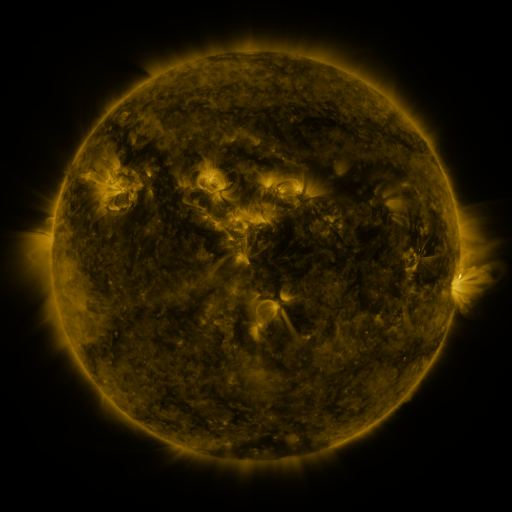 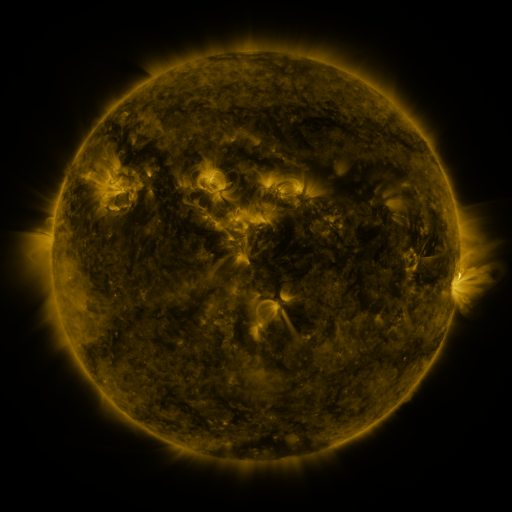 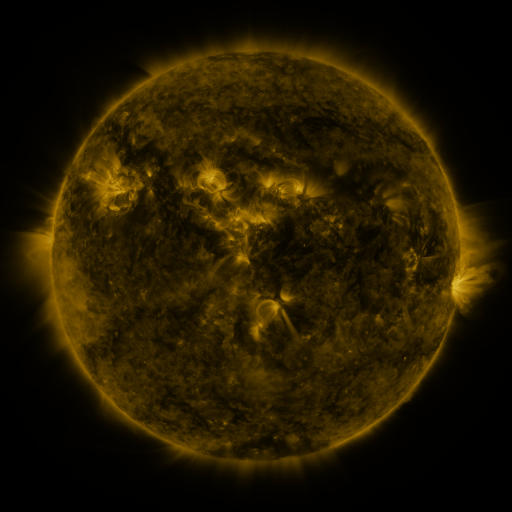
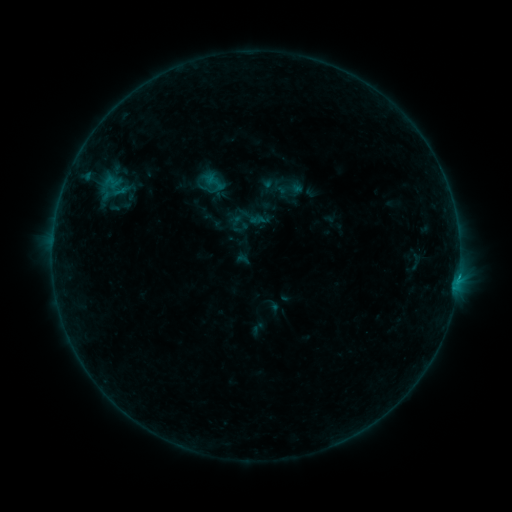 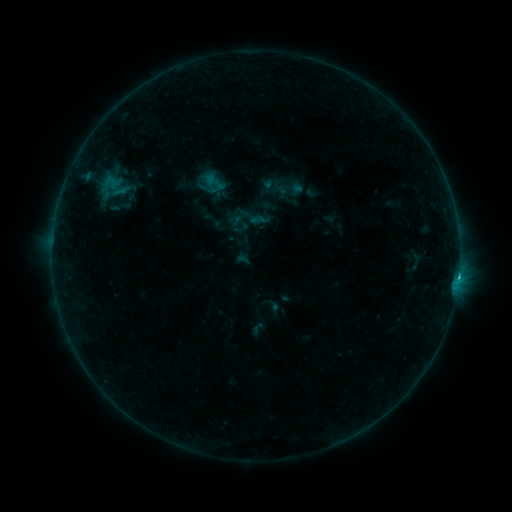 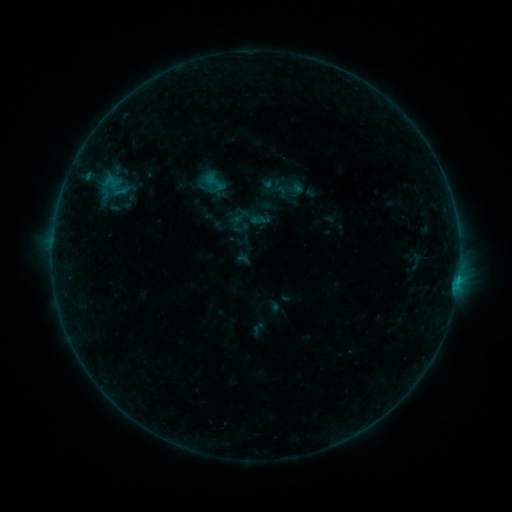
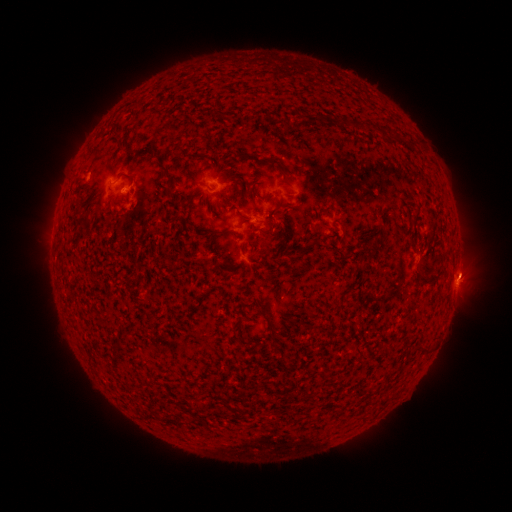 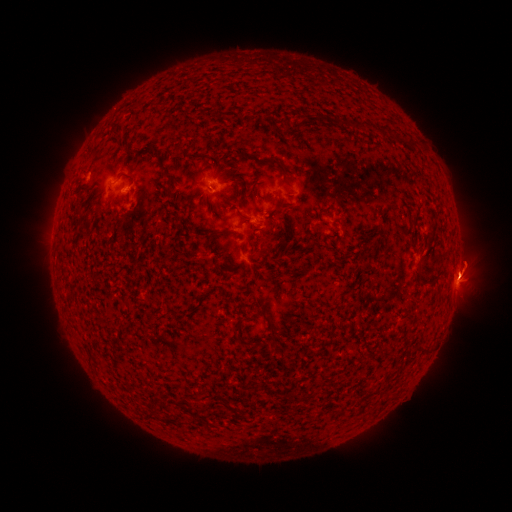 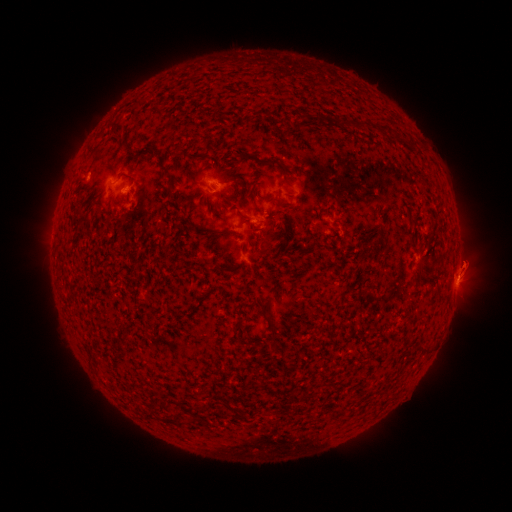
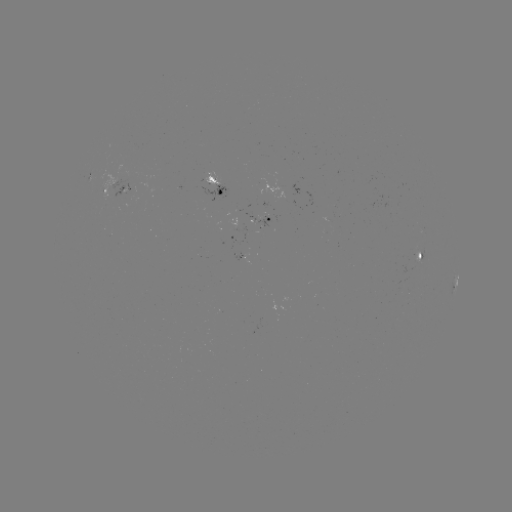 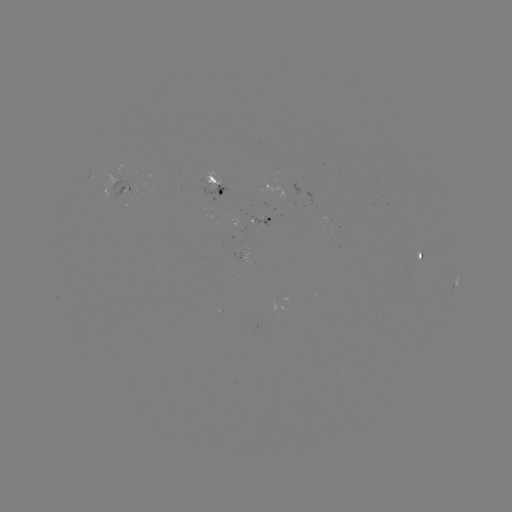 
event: flare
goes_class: B6.2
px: (458, 276)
